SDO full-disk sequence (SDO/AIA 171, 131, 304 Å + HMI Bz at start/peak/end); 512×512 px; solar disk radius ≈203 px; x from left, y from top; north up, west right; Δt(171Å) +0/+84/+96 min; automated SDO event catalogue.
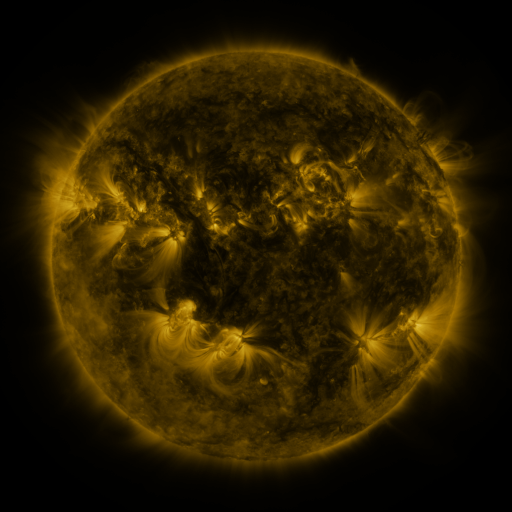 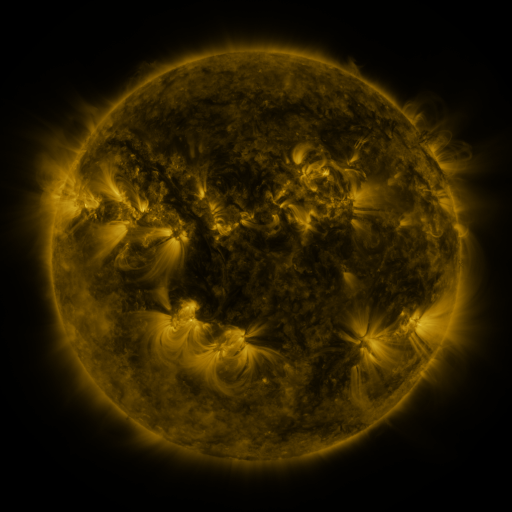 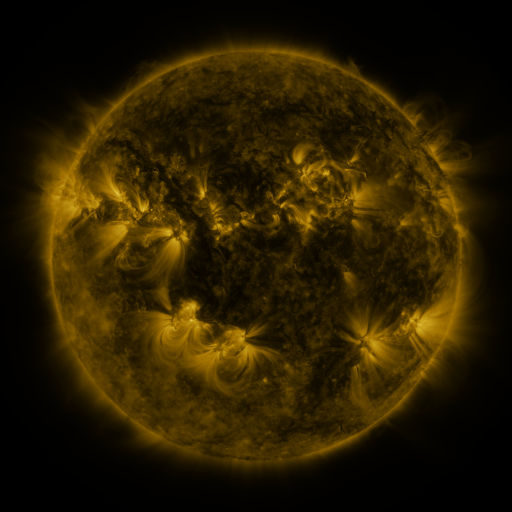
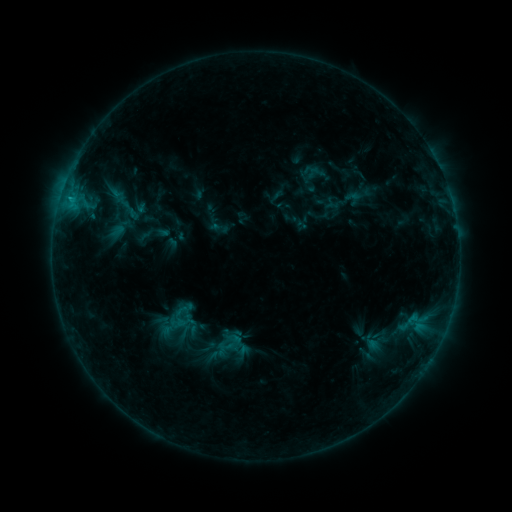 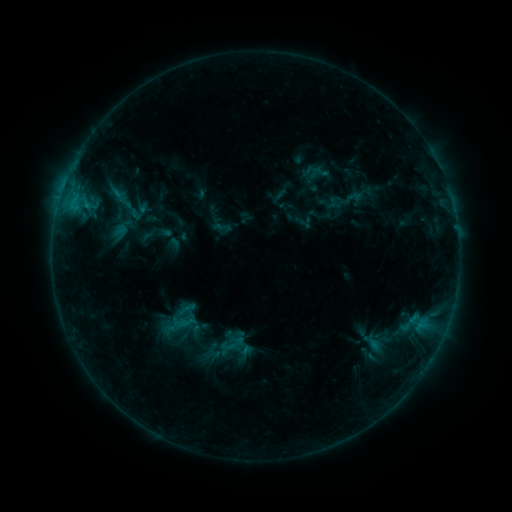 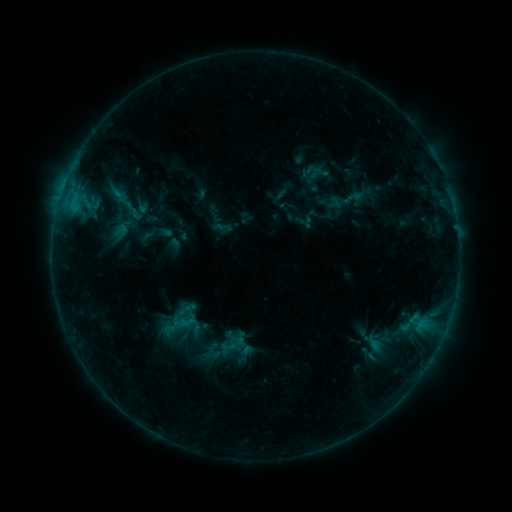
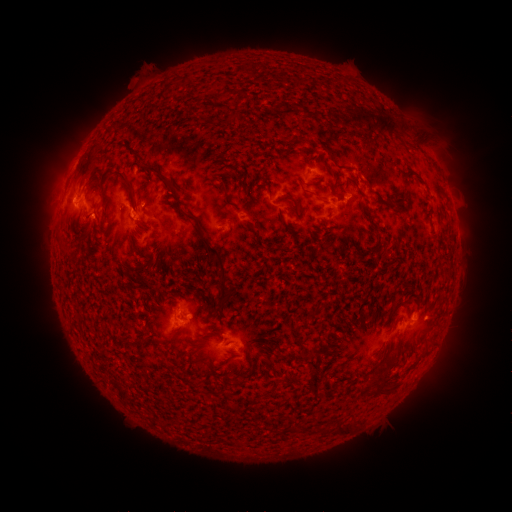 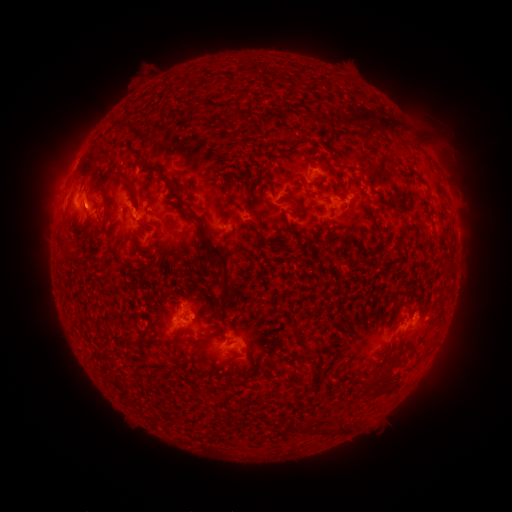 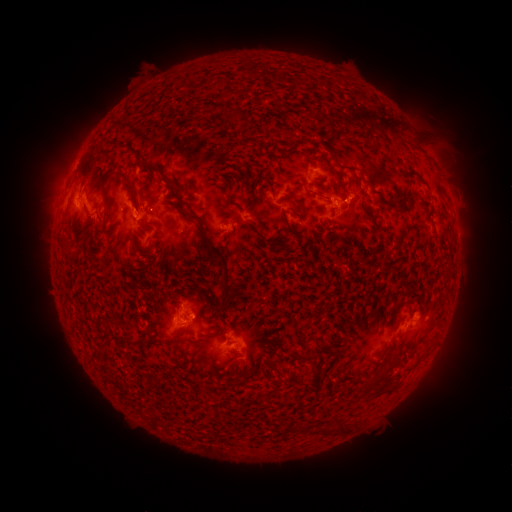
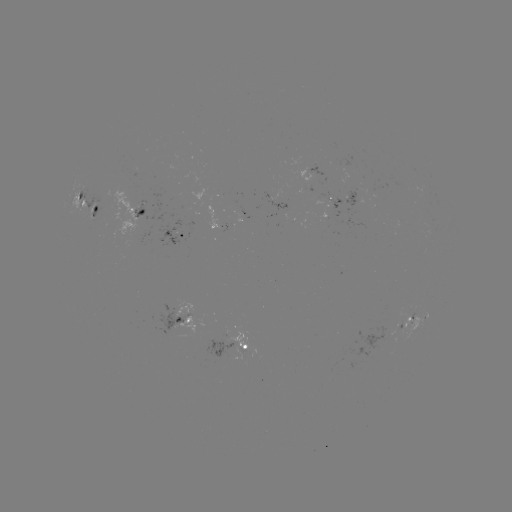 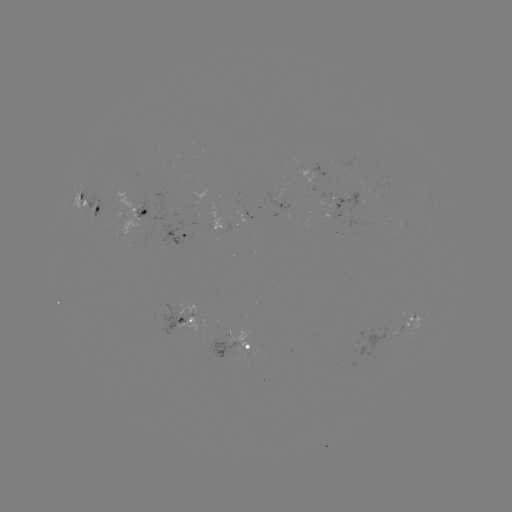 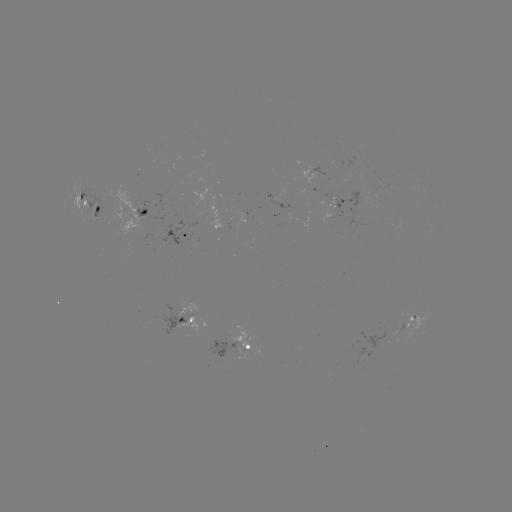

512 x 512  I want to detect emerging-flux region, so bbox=[86, 195, 100, 220].